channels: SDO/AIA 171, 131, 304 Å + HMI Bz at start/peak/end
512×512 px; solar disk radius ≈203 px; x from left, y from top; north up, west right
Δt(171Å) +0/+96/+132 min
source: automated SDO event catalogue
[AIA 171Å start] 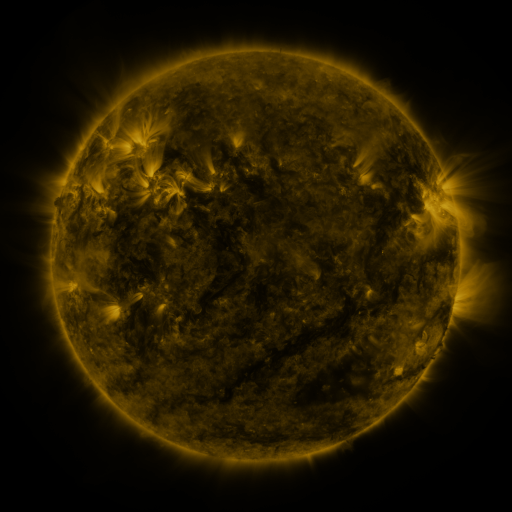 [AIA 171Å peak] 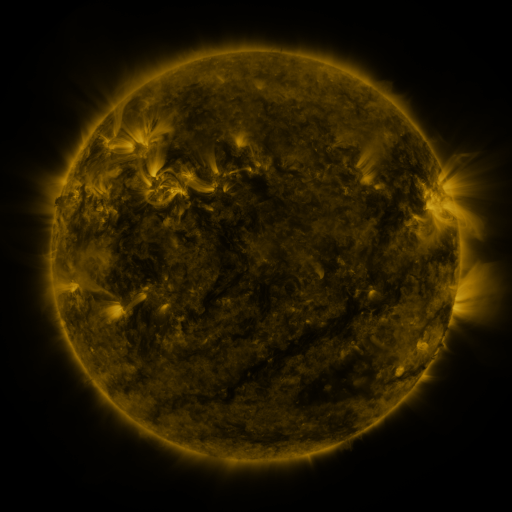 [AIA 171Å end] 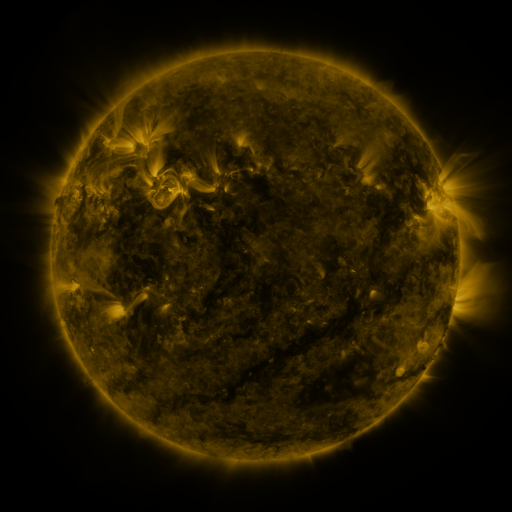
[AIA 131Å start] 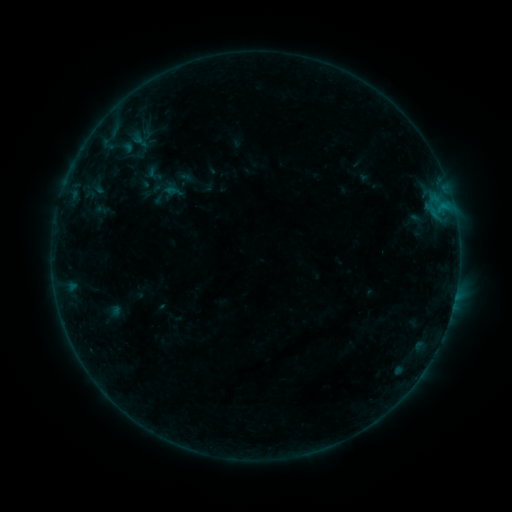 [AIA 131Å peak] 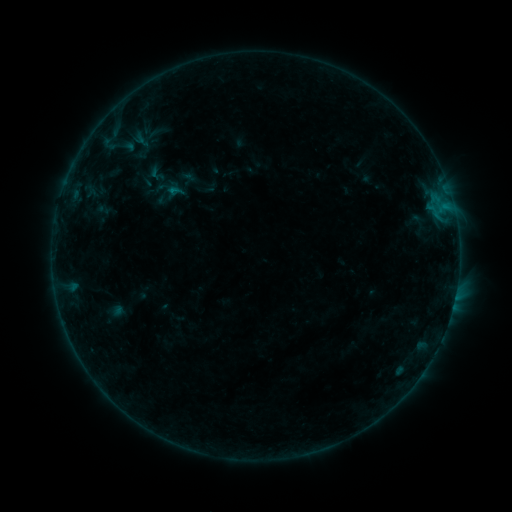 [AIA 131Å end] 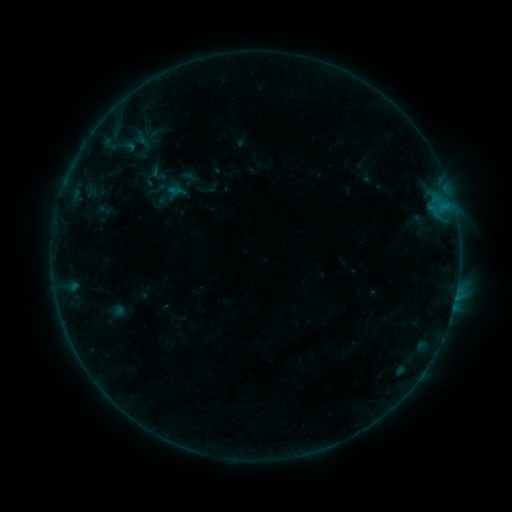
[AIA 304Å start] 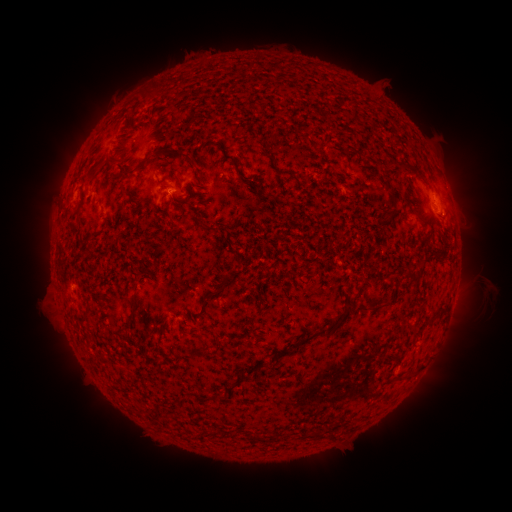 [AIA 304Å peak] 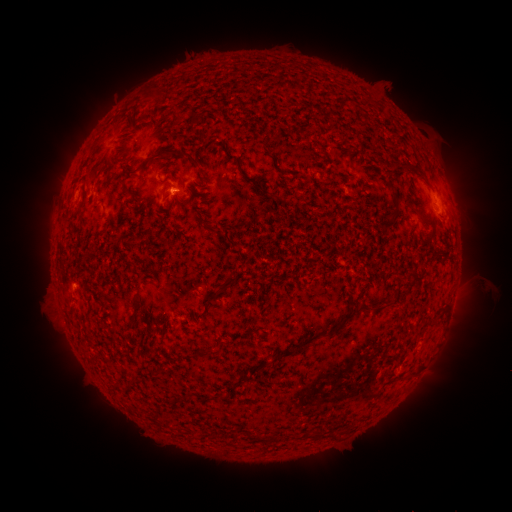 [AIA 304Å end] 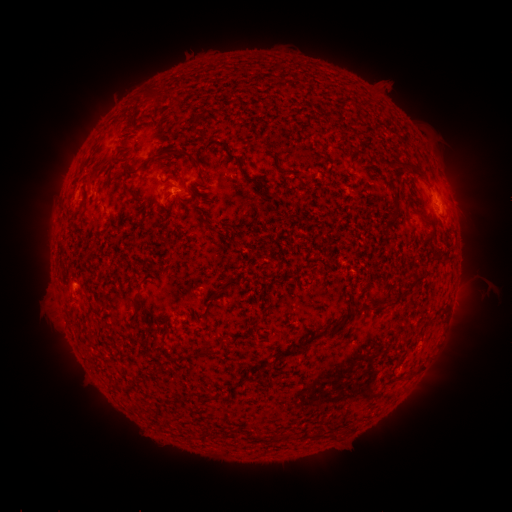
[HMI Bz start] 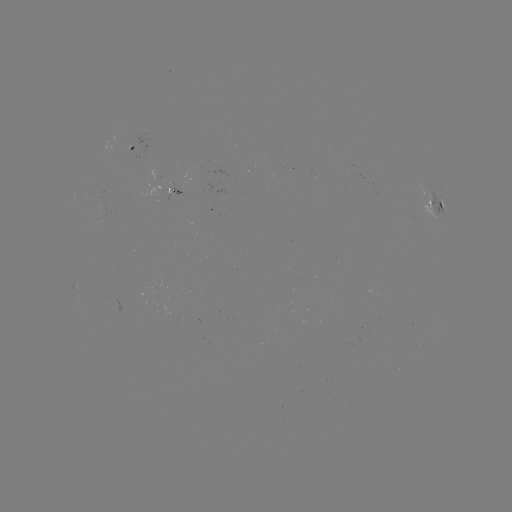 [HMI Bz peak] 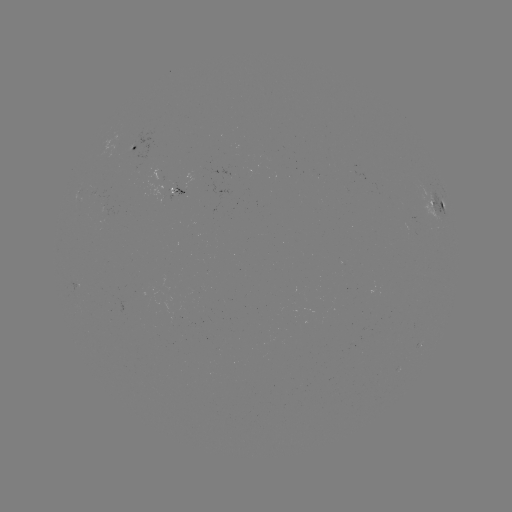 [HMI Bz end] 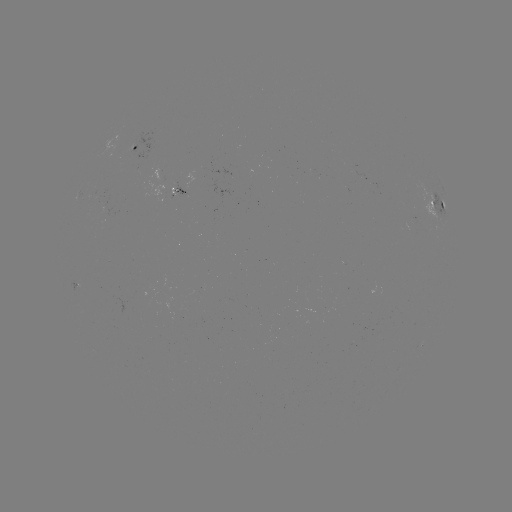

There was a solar emerging-flux region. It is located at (108, 212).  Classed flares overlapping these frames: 1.